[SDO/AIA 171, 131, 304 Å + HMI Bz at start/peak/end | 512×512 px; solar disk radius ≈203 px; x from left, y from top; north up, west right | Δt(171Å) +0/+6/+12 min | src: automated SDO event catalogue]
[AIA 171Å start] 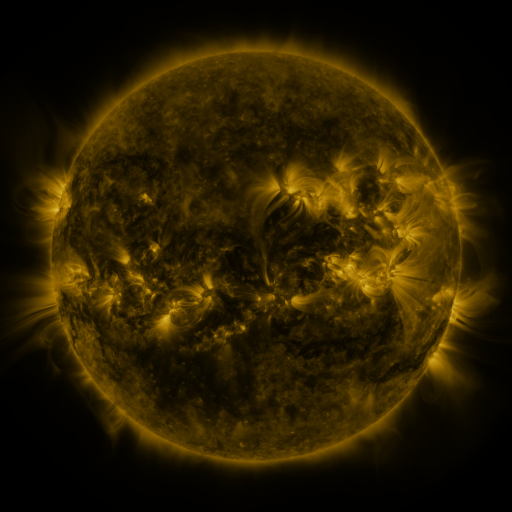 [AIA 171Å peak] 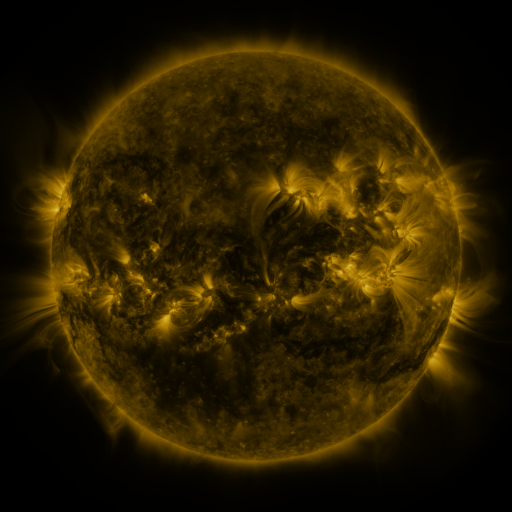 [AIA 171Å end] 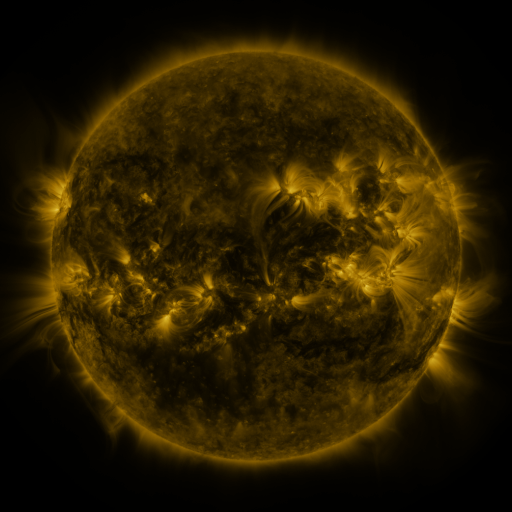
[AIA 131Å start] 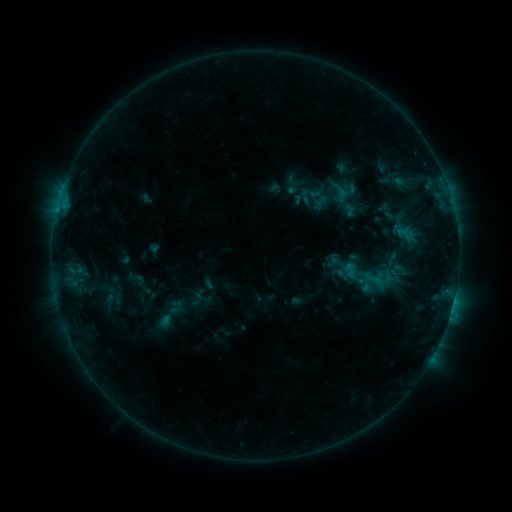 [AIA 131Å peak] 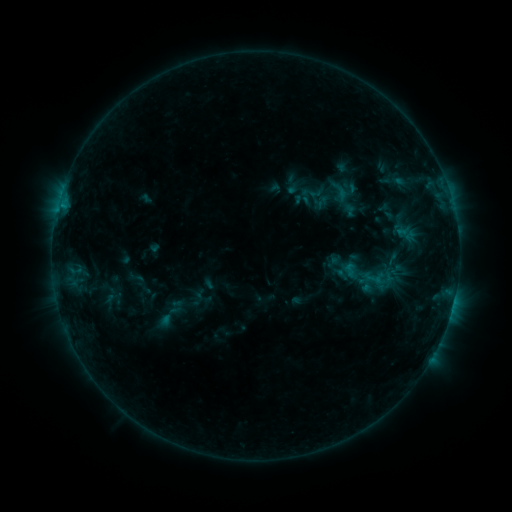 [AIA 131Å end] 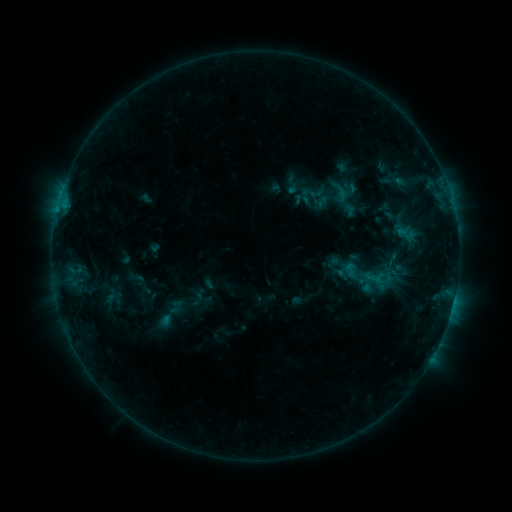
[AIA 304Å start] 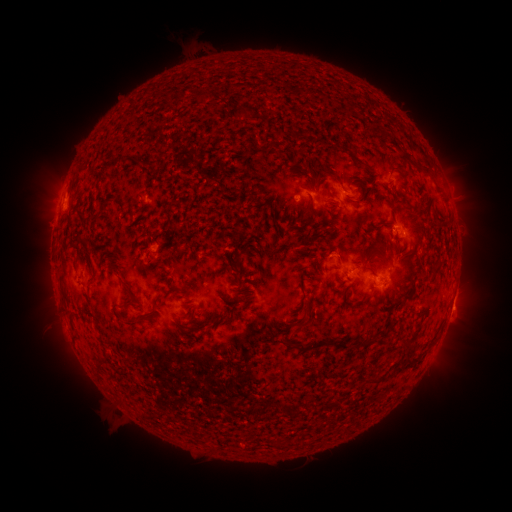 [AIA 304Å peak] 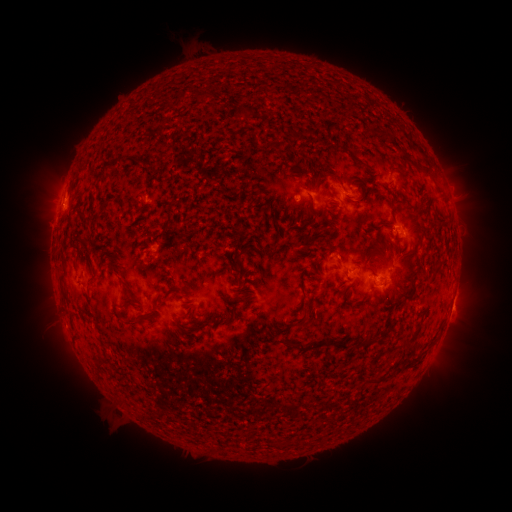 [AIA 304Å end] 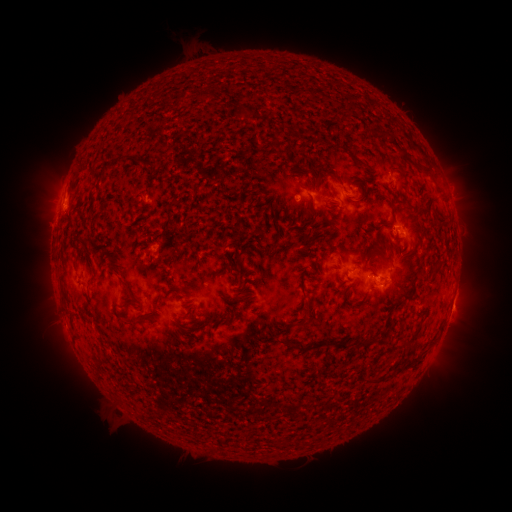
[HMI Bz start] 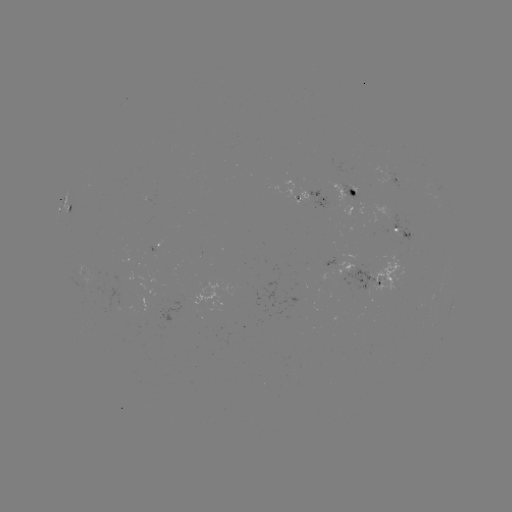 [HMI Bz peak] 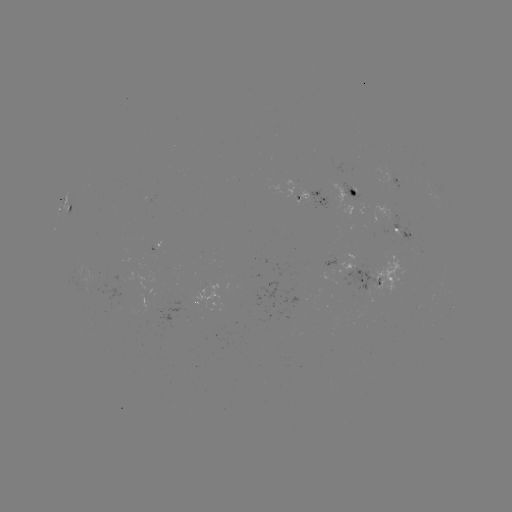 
no classed flare was catalogued and no EUV brightening was flagged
